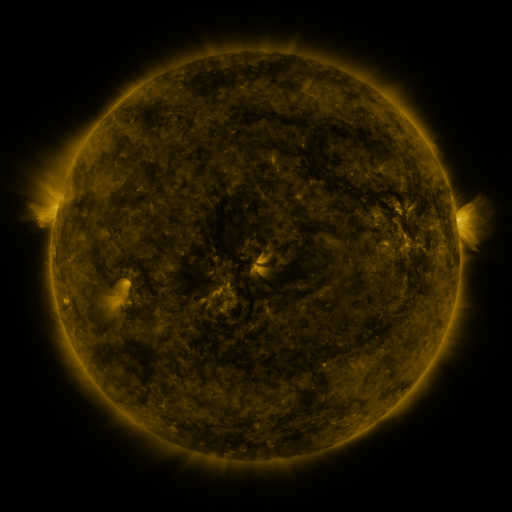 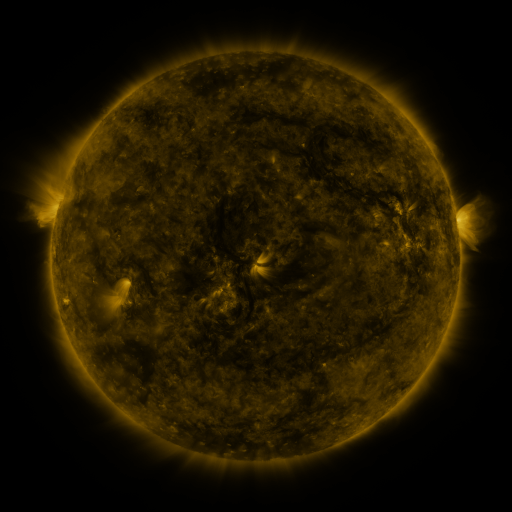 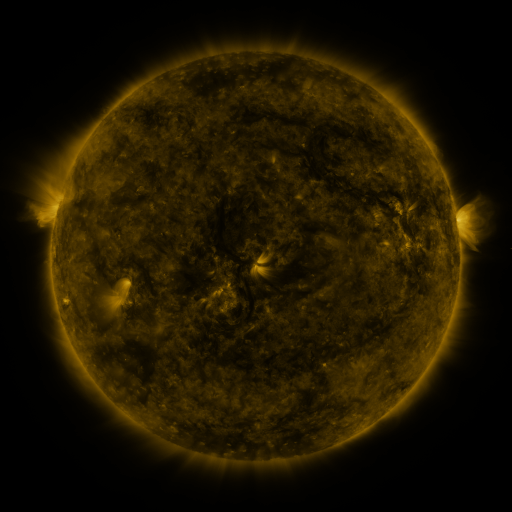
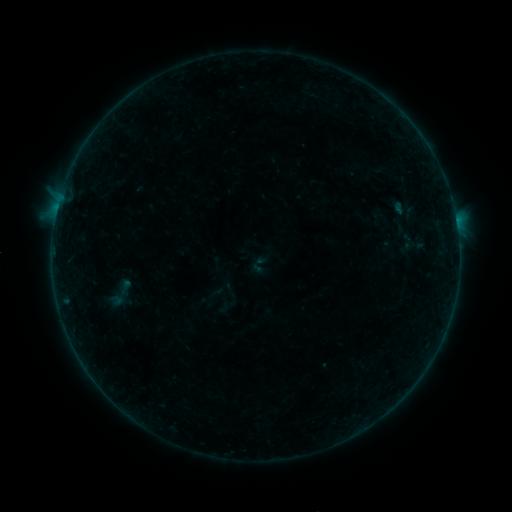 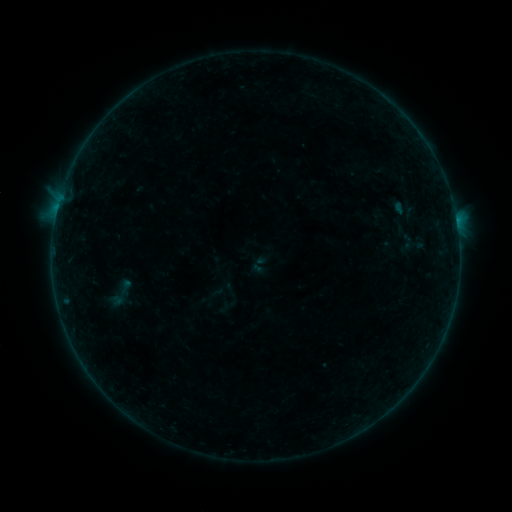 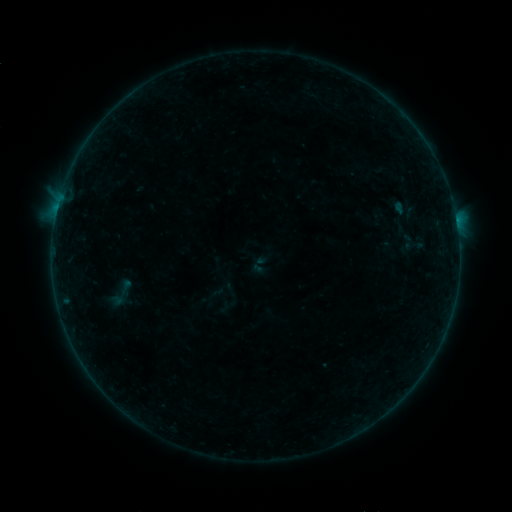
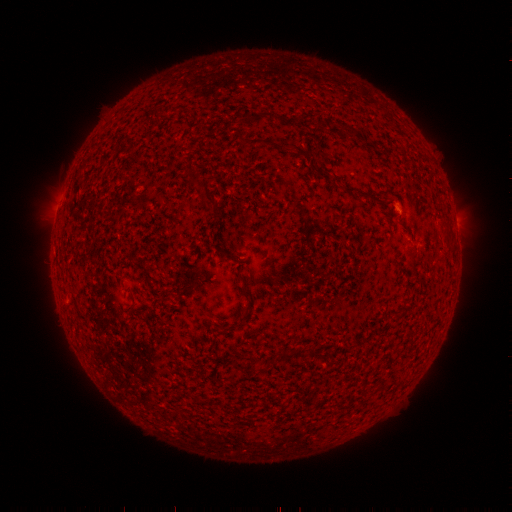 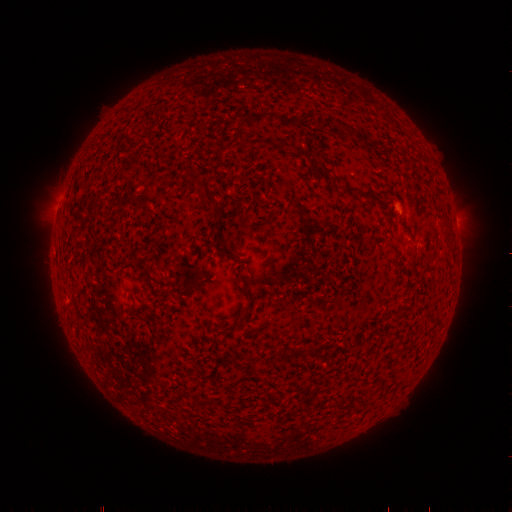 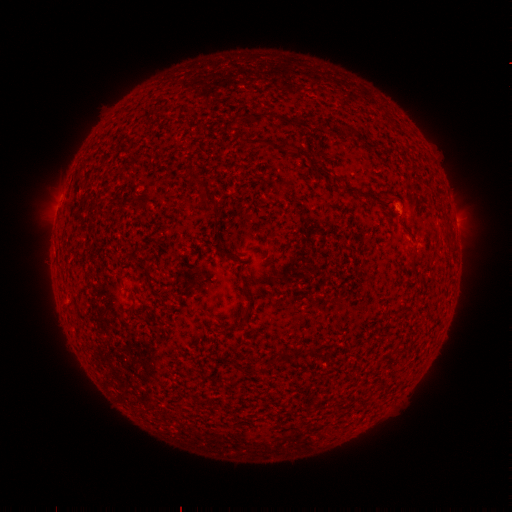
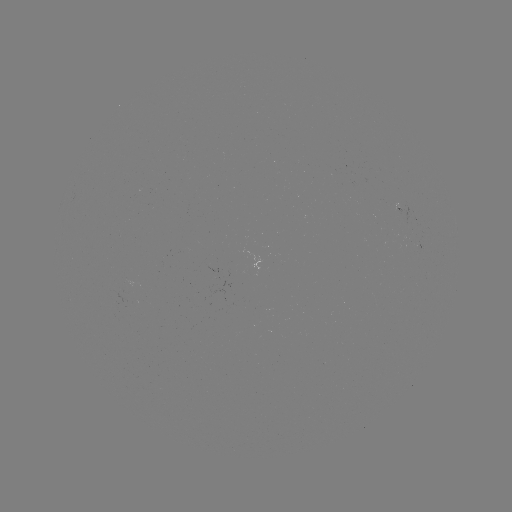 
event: flare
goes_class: B1.0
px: (456, 224)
